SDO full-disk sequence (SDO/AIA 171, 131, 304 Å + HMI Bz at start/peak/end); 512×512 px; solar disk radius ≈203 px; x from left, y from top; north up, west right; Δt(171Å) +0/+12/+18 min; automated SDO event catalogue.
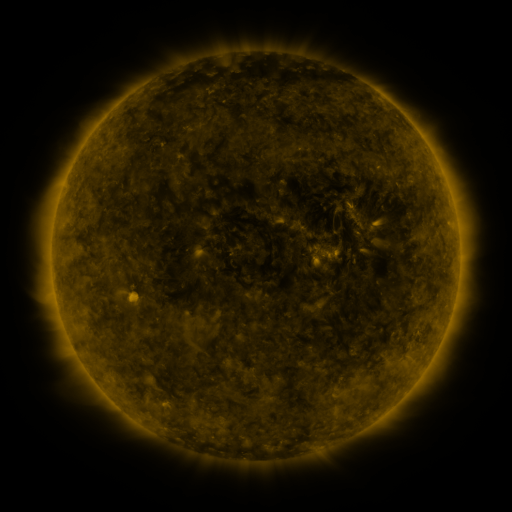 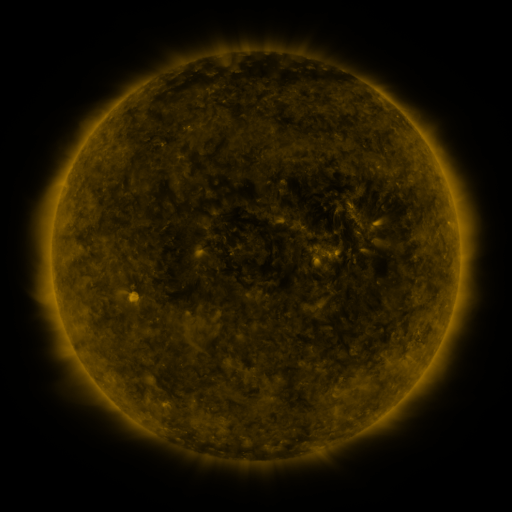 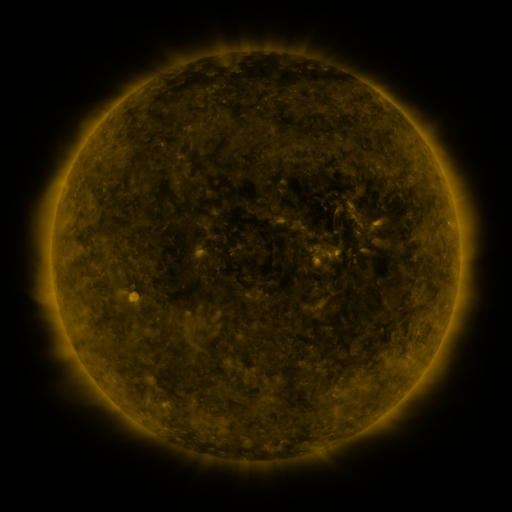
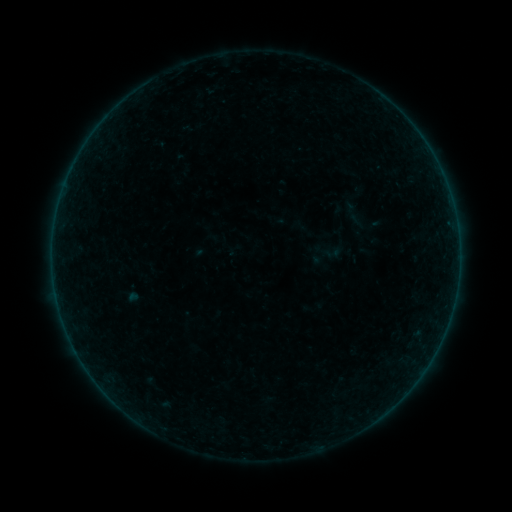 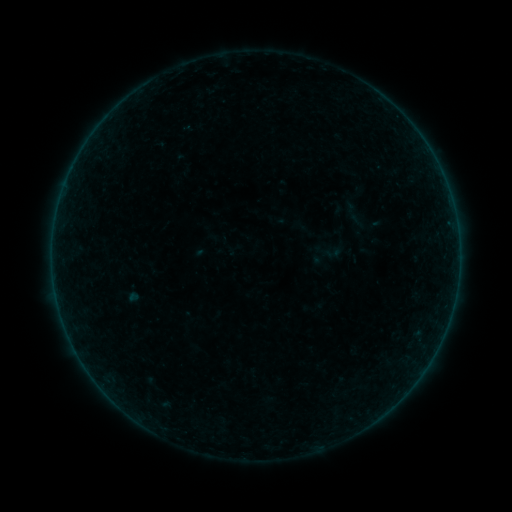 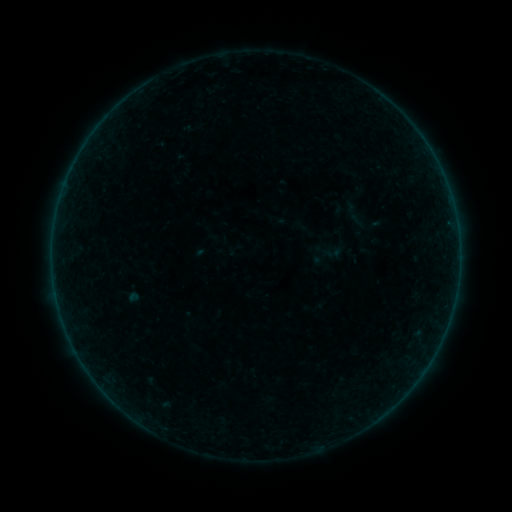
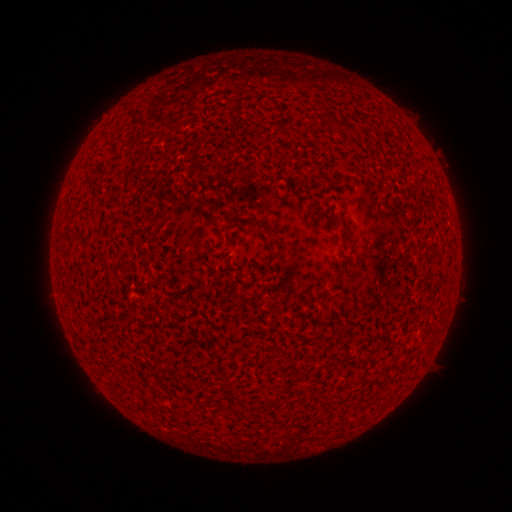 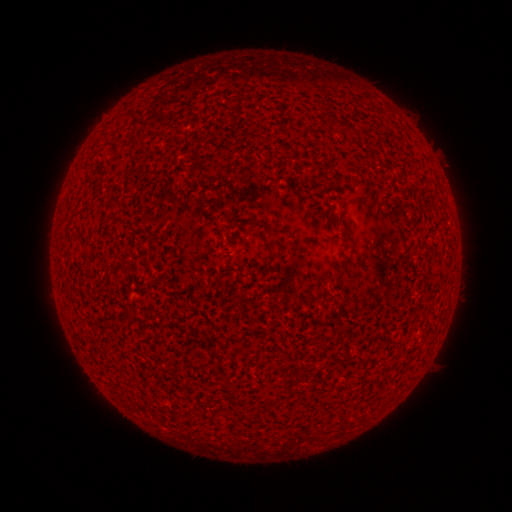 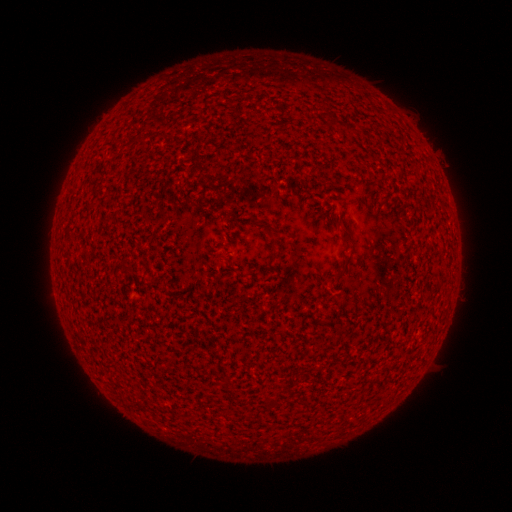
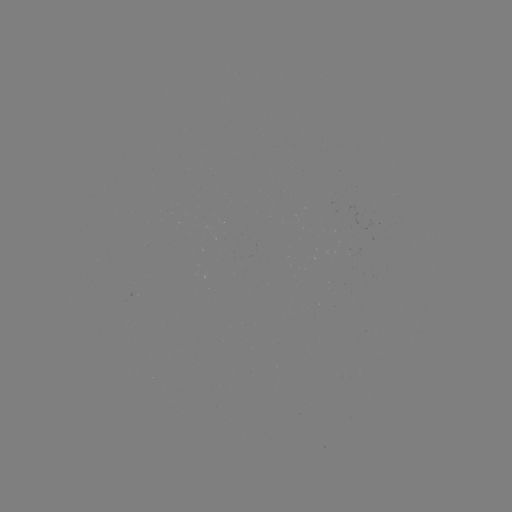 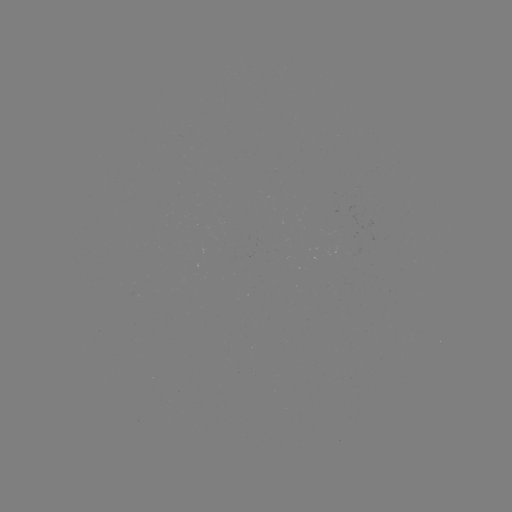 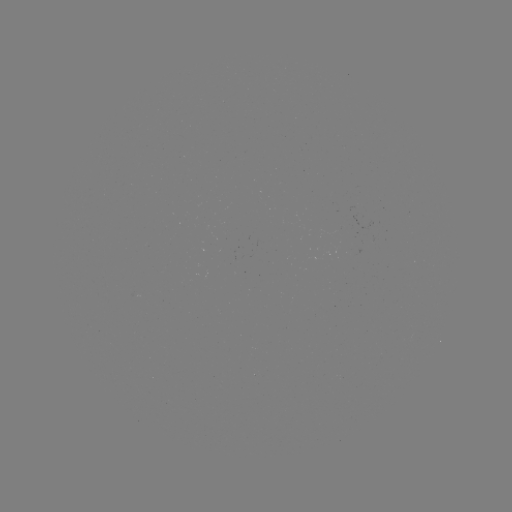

no catalogued flare and no flagged EUV brightening in this window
